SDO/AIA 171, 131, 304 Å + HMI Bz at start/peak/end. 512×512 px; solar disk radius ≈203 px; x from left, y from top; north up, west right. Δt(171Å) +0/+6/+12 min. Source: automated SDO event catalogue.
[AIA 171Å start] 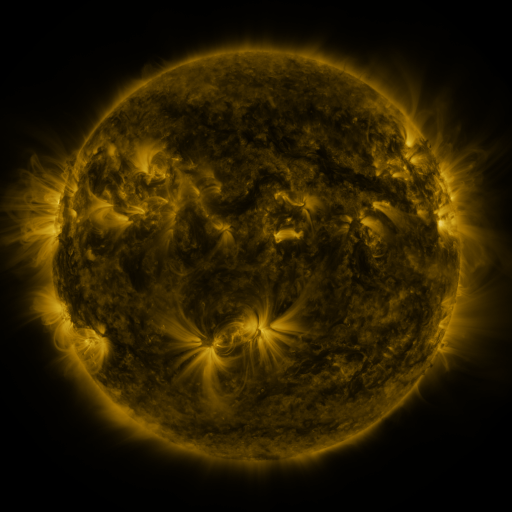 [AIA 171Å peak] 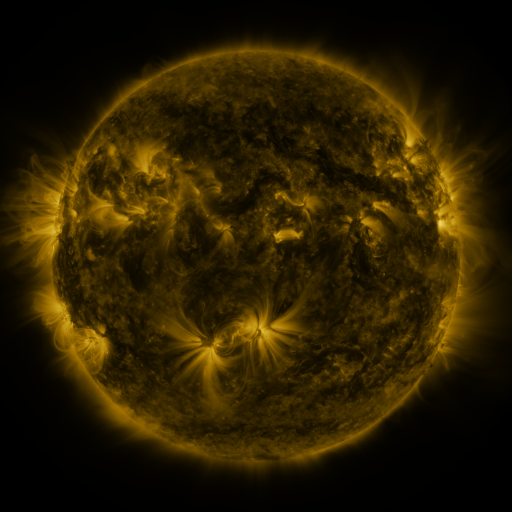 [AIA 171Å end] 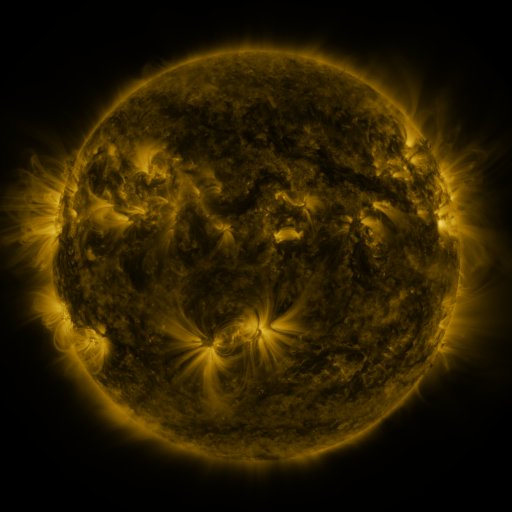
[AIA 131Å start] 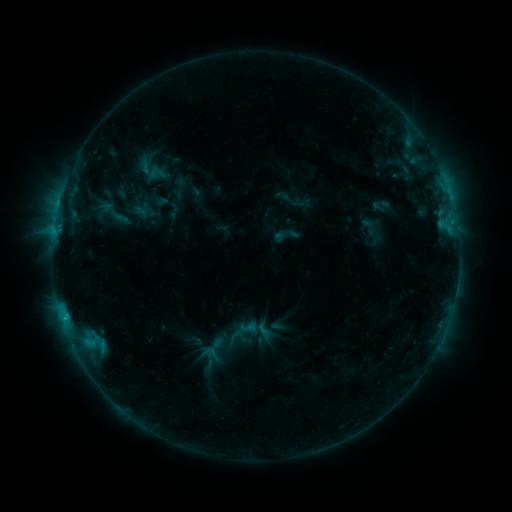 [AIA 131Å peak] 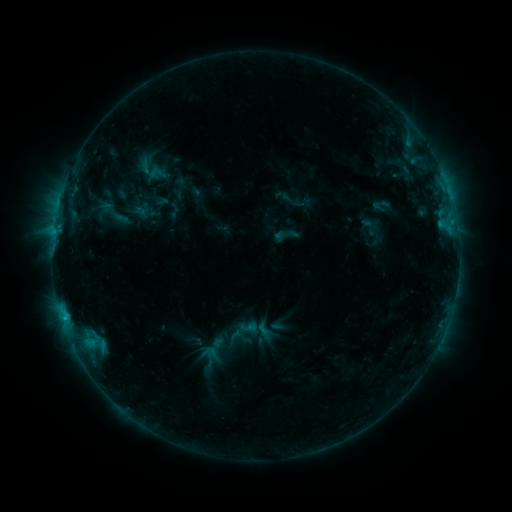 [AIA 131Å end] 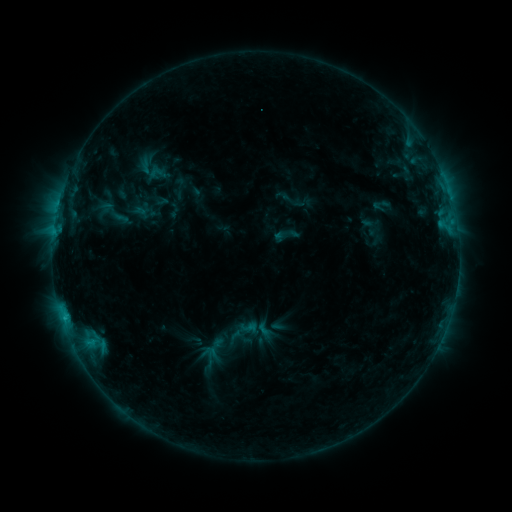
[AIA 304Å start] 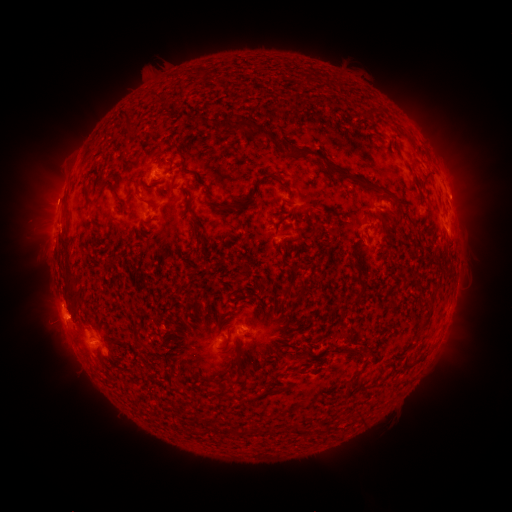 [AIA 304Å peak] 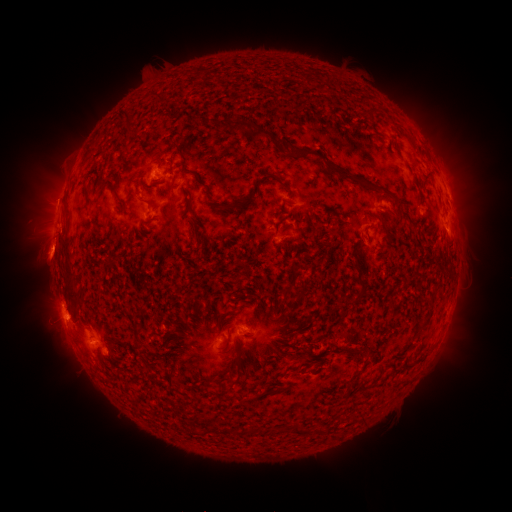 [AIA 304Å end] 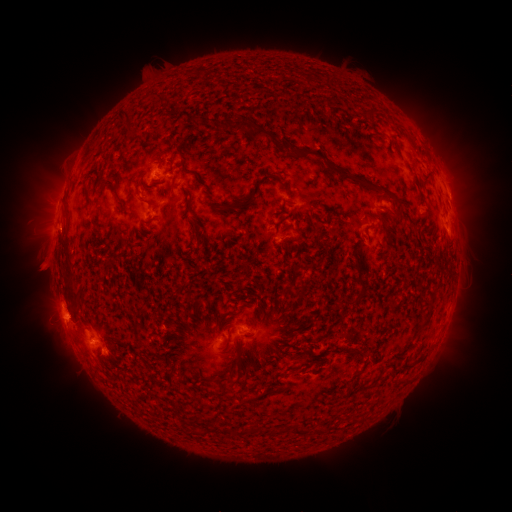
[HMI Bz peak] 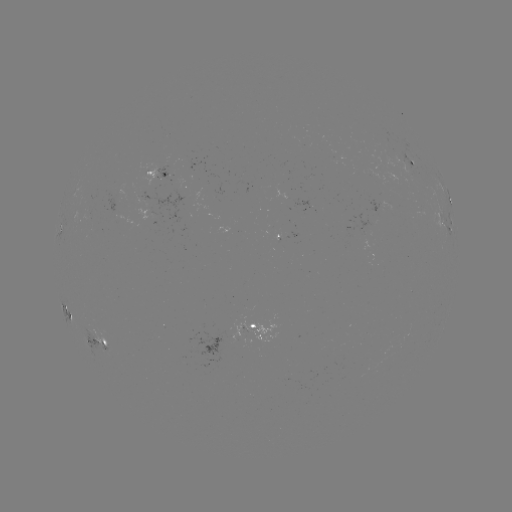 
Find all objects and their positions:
eruption: (46, 258)
